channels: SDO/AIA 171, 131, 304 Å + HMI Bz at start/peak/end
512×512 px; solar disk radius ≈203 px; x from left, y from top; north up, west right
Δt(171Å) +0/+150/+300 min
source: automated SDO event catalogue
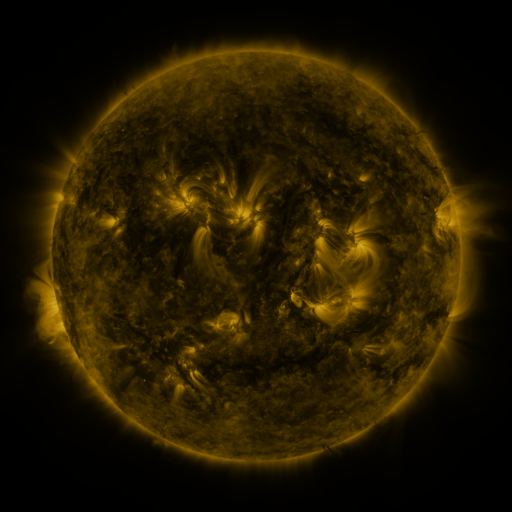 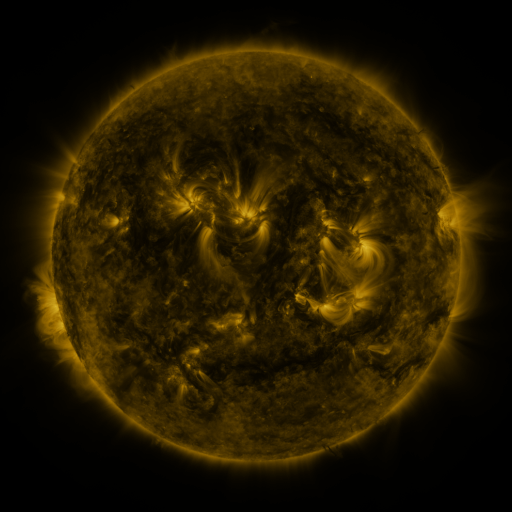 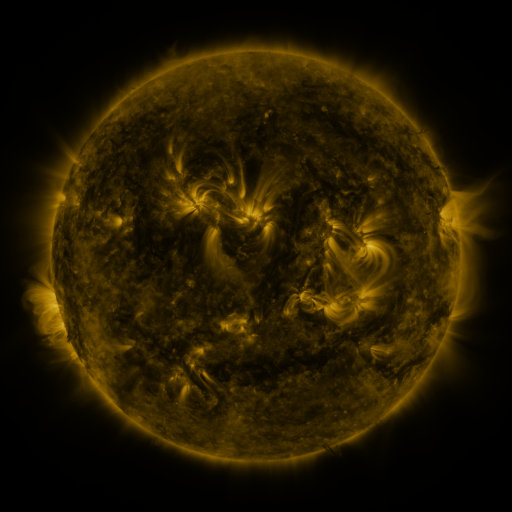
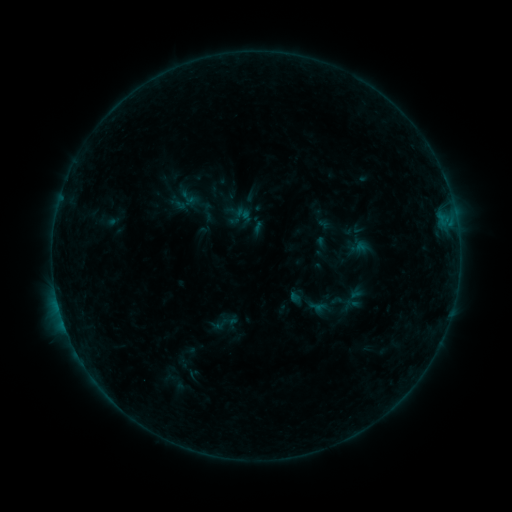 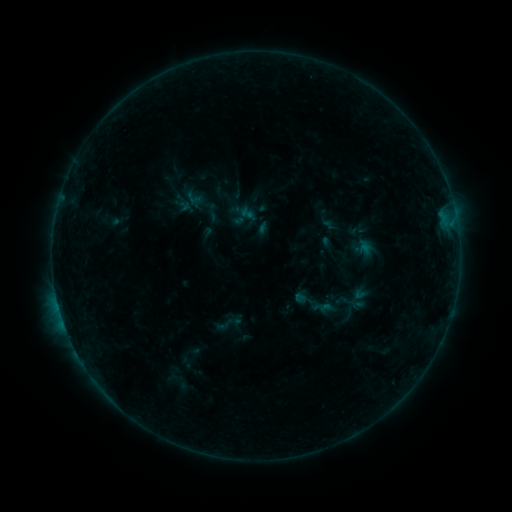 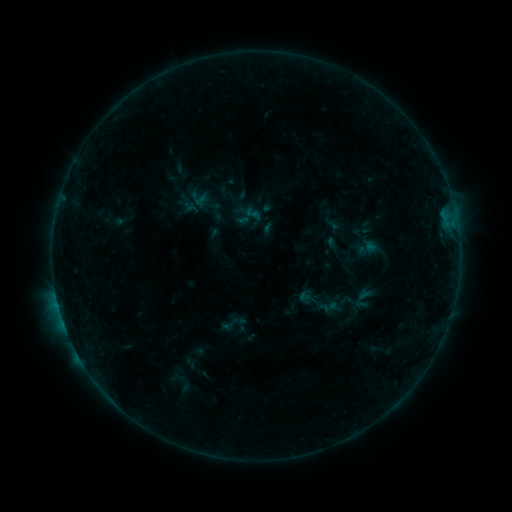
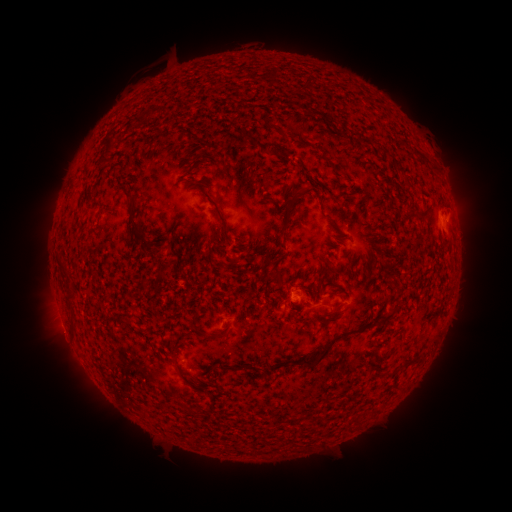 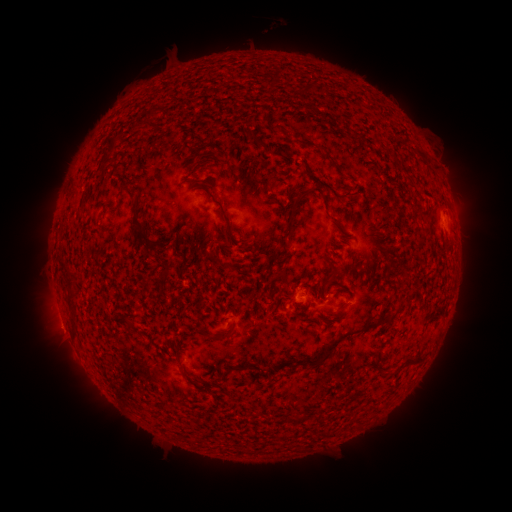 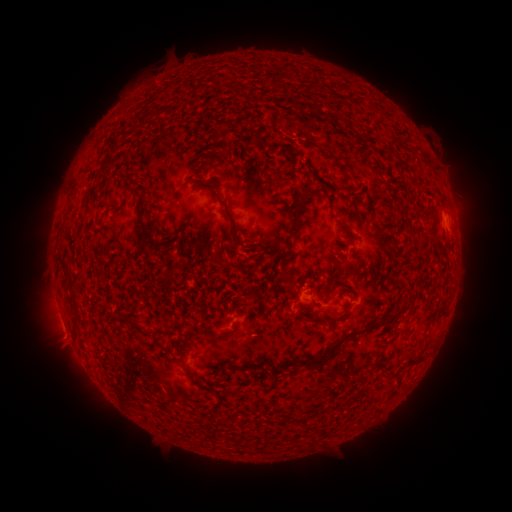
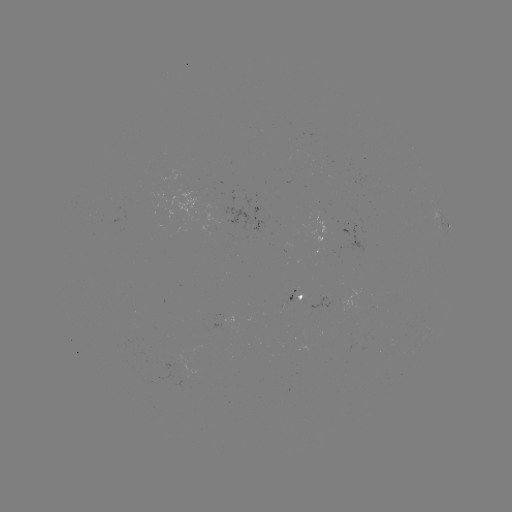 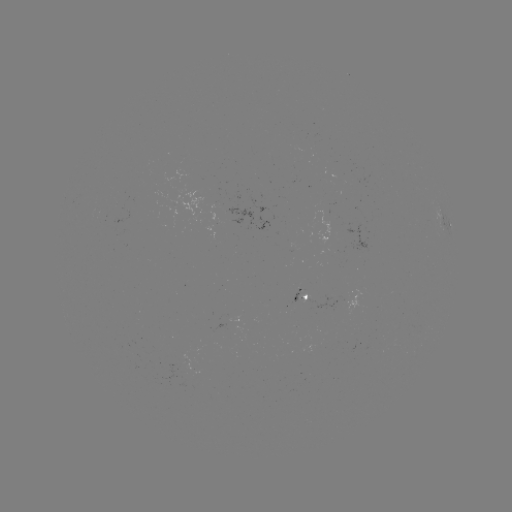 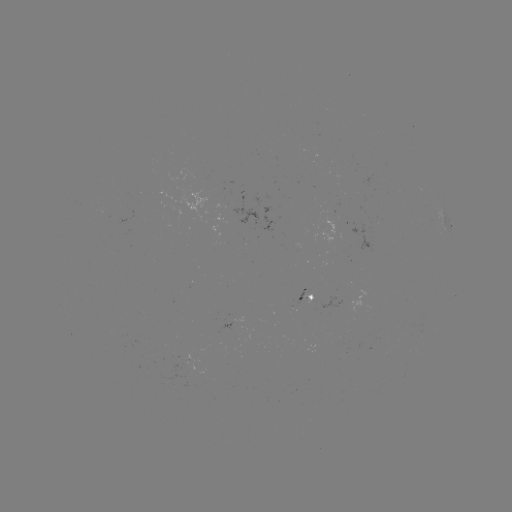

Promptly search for filament eruption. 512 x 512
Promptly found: [251, 26].